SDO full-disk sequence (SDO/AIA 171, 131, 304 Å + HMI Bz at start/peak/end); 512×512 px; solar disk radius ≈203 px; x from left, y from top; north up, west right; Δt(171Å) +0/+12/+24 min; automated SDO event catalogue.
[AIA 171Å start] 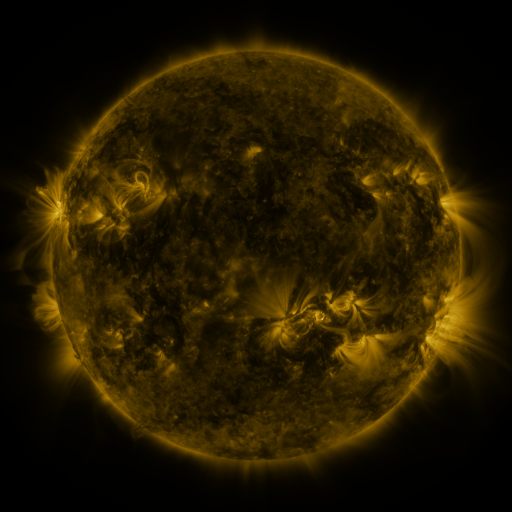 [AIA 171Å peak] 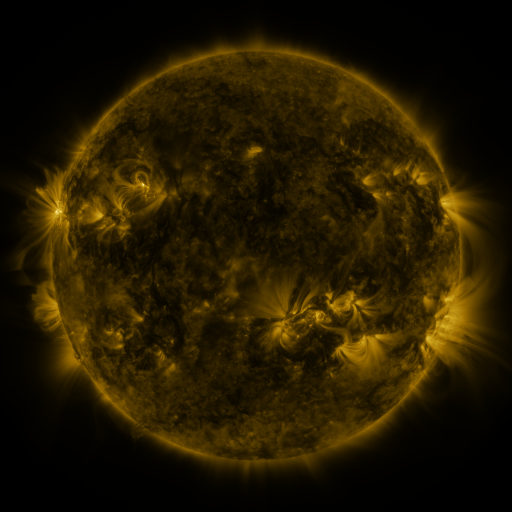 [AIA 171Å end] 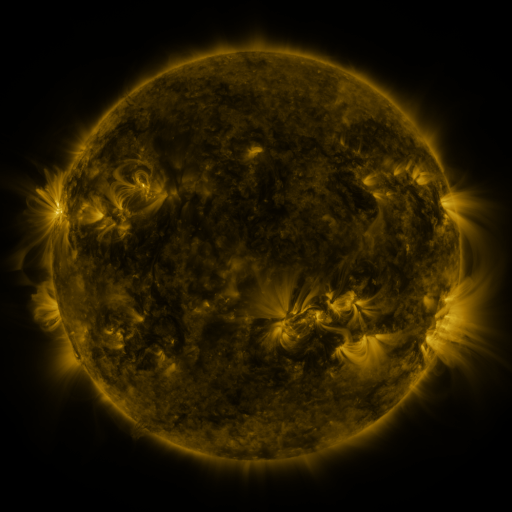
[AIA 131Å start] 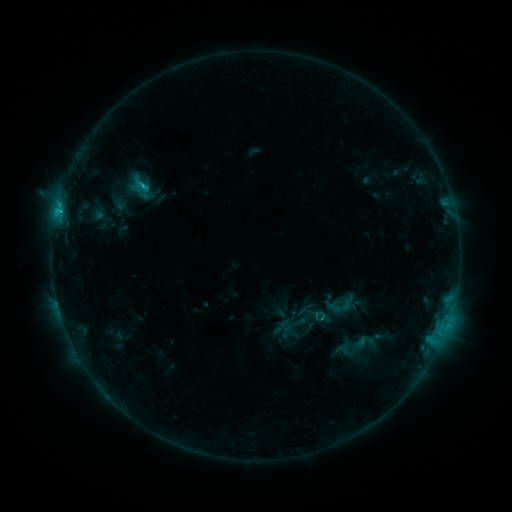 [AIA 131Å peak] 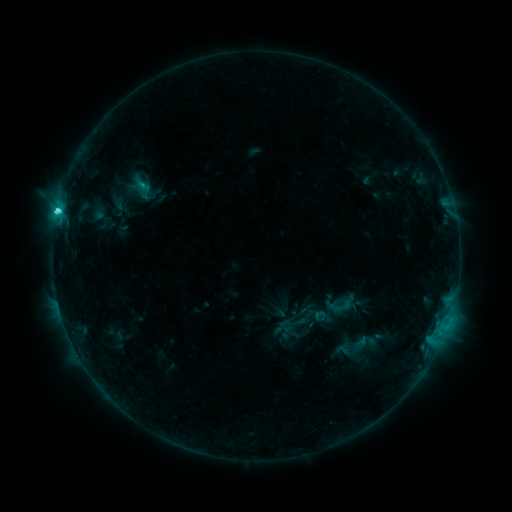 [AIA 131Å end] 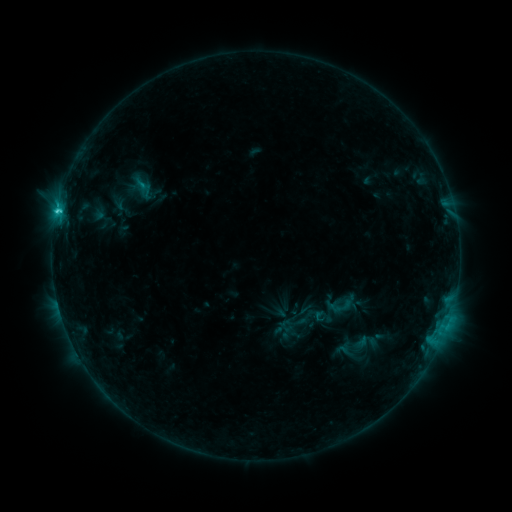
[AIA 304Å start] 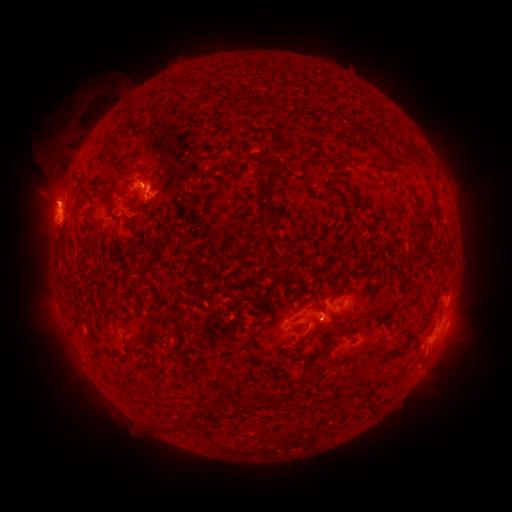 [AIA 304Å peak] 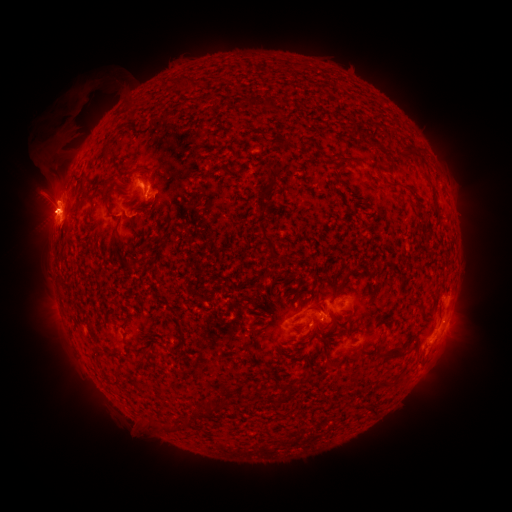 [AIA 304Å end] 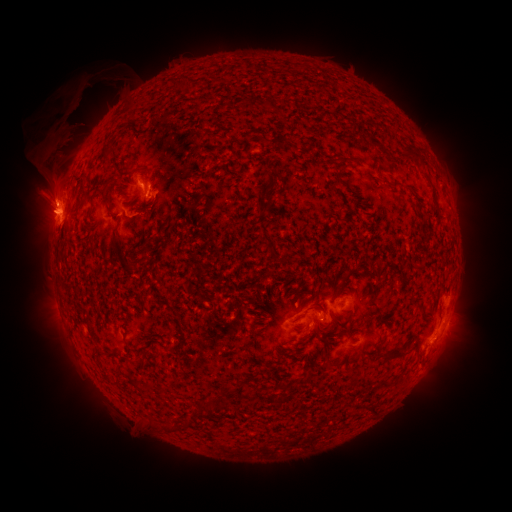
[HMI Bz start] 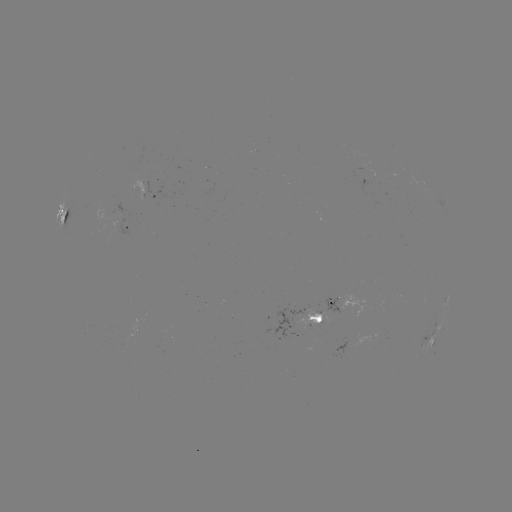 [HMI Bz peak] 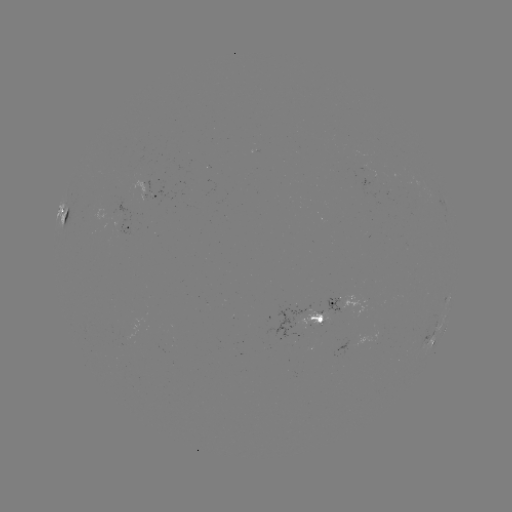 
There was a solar flare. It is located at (57, 213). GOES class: C3.4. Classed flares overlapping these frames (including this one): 1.